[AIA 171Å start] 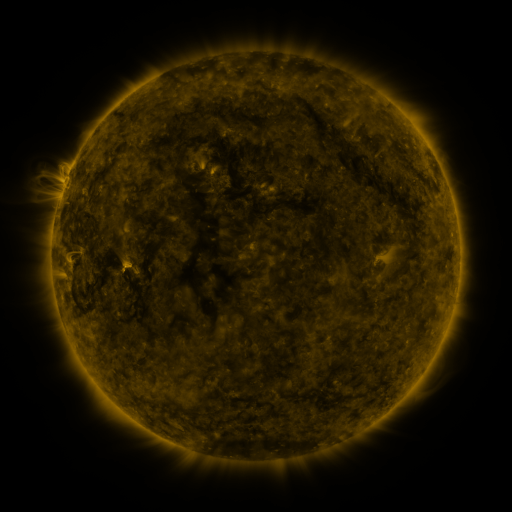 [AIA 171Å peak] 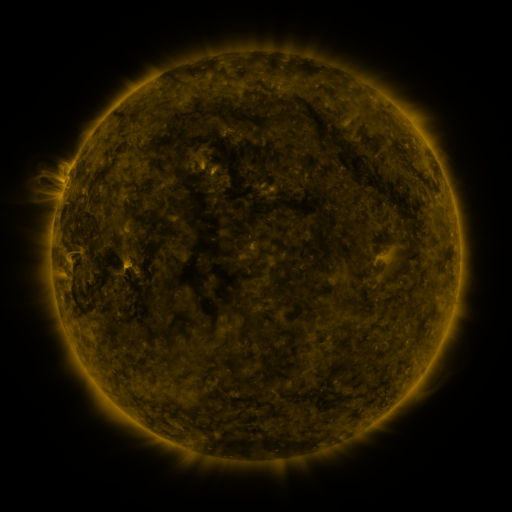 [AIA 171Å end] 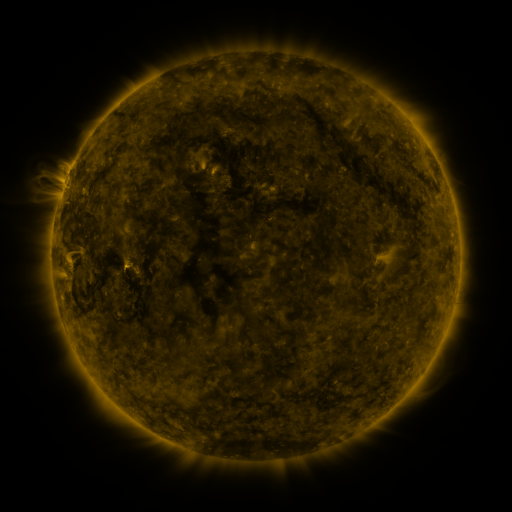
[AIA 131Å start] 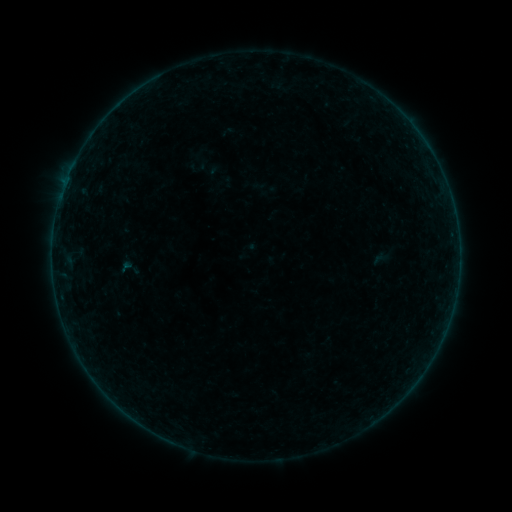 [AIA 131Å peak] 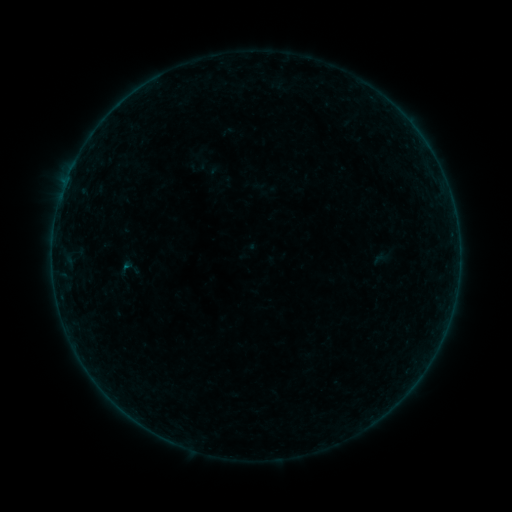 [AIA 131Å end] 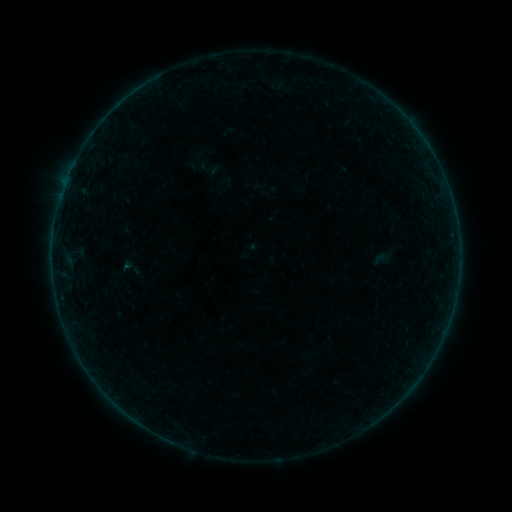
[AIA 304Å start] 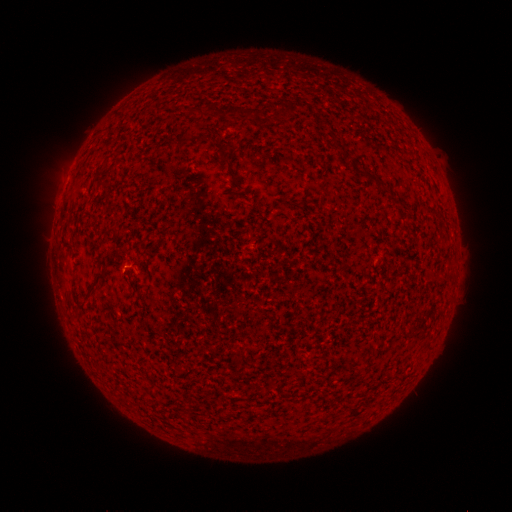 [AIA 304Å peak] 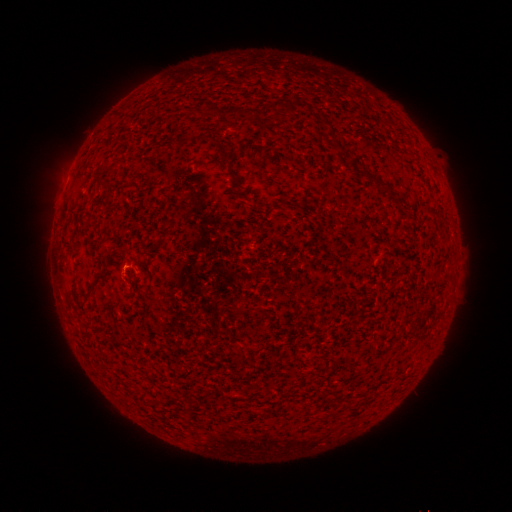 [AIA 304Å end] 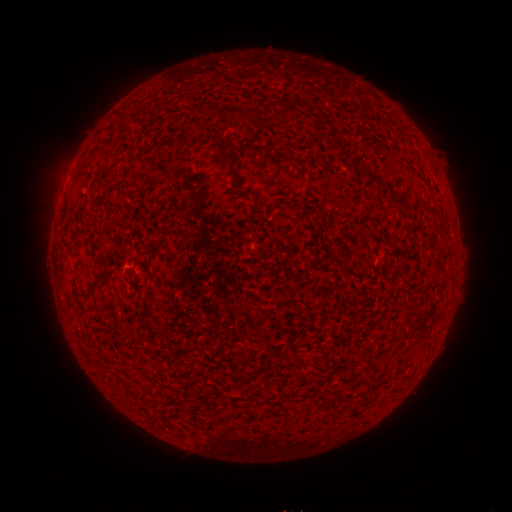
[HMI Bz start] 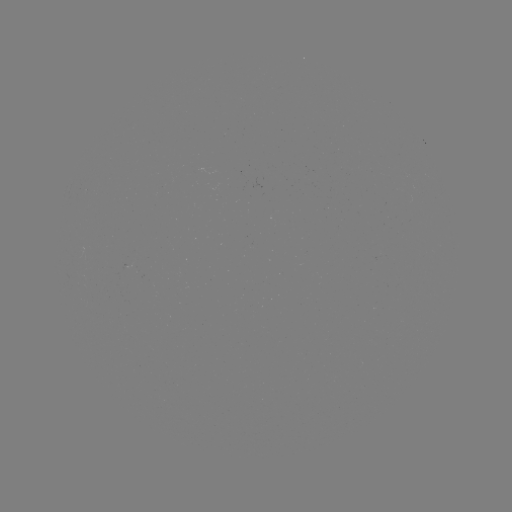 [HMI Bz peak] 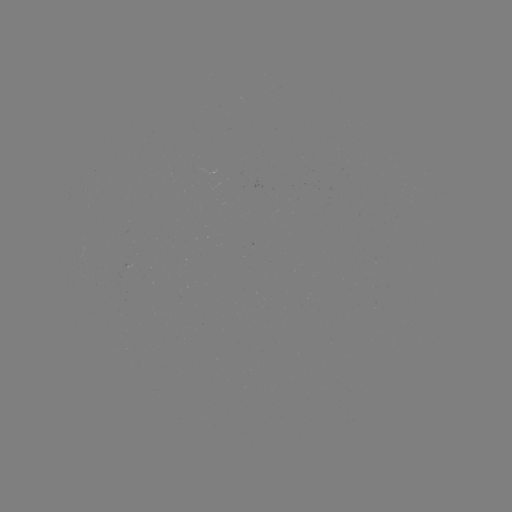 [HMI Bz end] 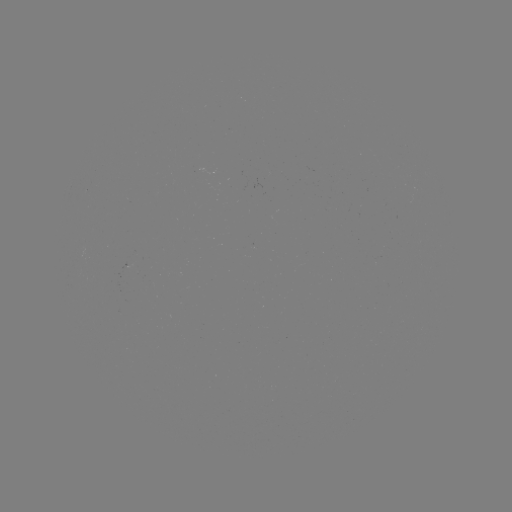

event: flare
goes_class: A6.5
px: (126, 265)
